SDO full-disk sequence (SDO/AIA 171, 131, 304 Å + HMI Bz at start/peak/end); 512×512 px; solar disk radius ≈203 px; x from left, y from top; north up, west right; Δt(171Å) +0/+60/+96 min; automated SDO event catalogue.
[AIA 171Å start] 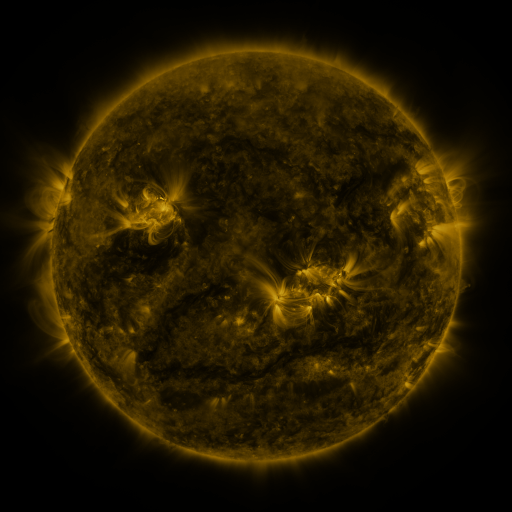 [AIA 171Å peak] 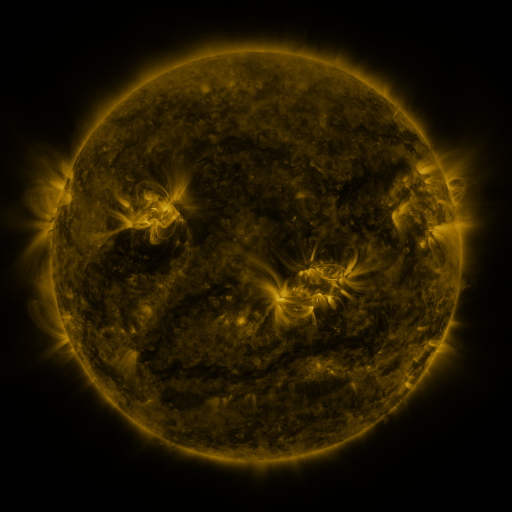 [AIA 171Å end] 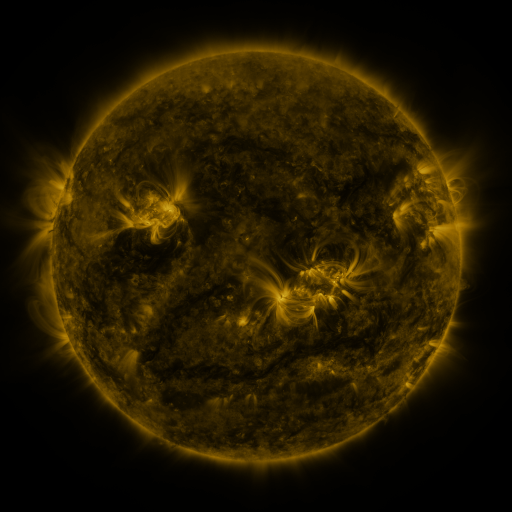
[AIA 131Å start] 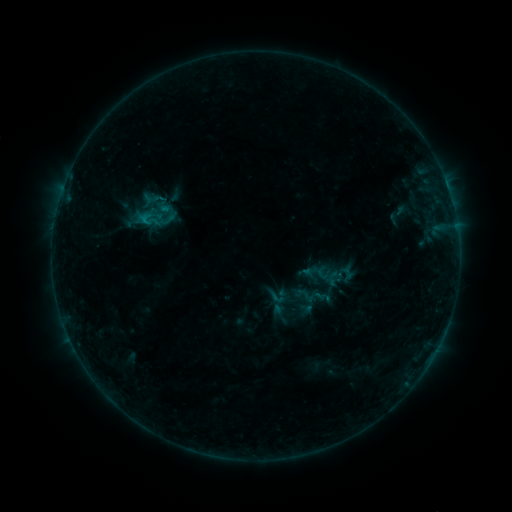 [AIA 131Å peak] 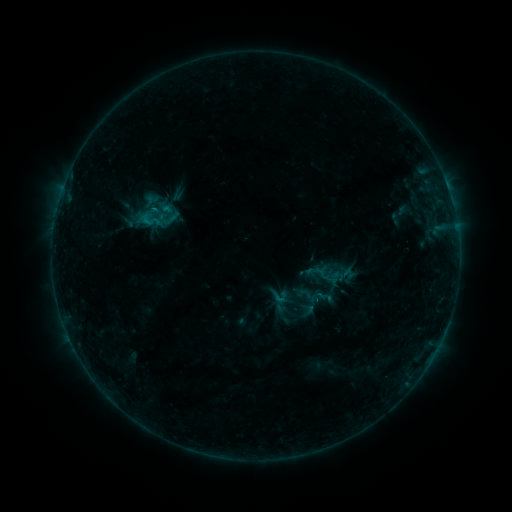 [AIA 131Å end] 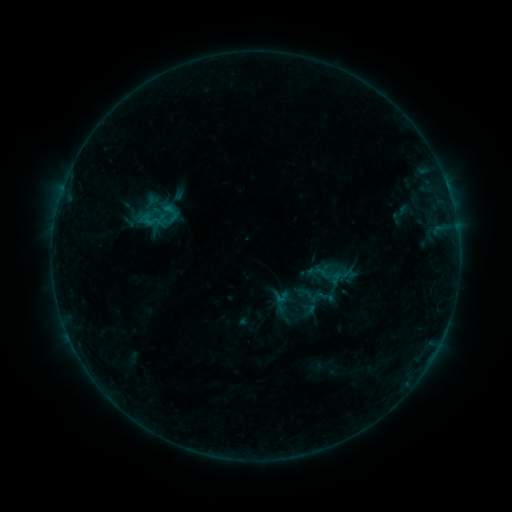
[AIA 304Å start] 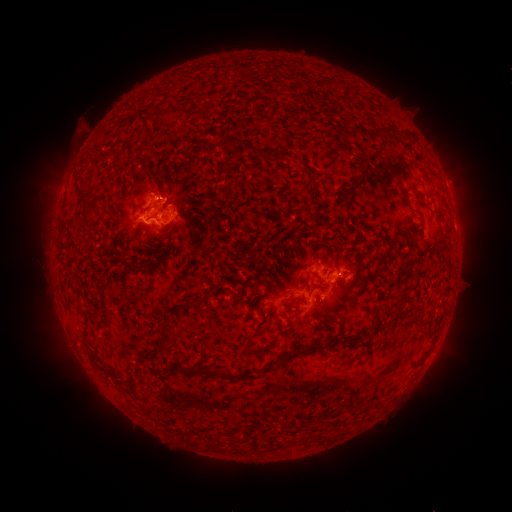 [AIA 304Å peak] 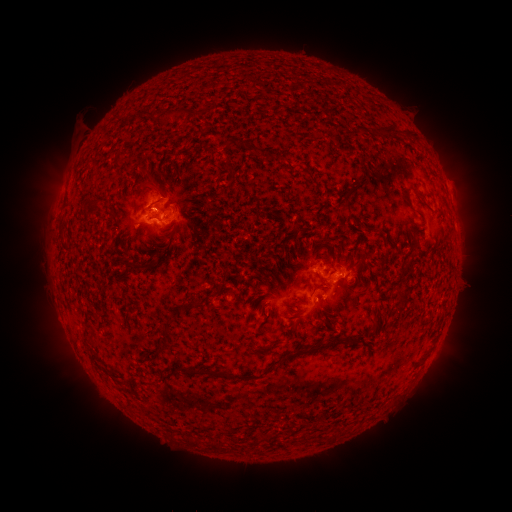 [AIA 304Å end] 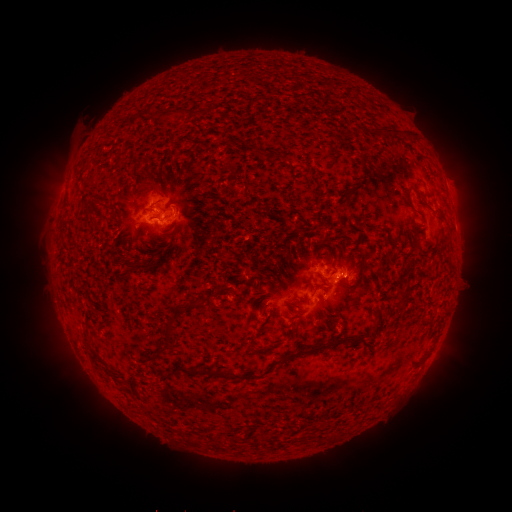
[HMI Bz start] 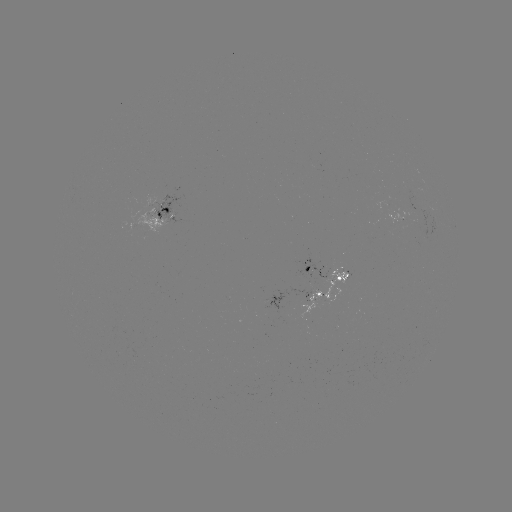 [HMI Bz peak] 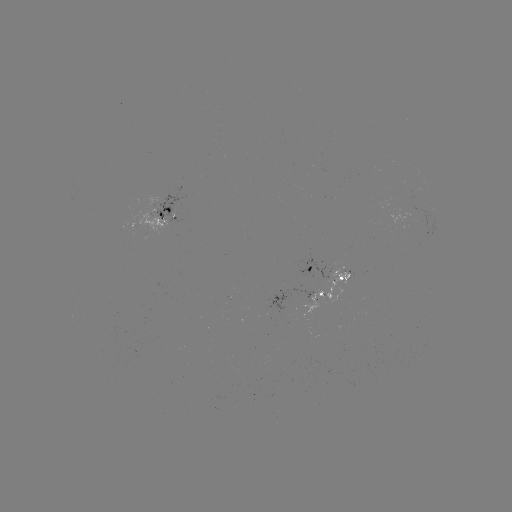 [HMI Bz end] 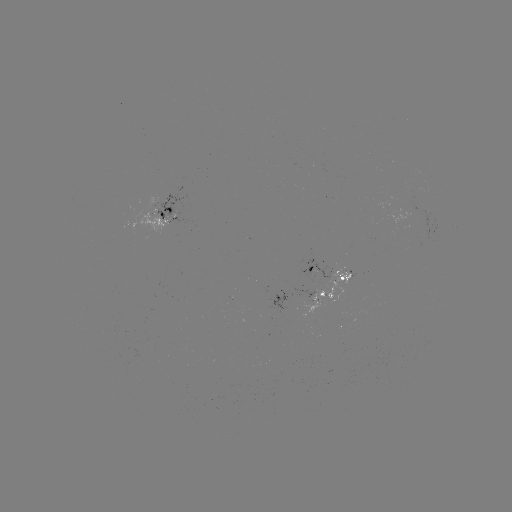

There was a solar emerging-flux region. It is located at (166, 214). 